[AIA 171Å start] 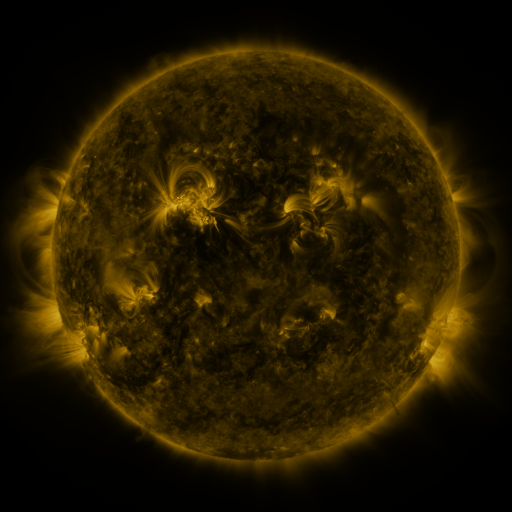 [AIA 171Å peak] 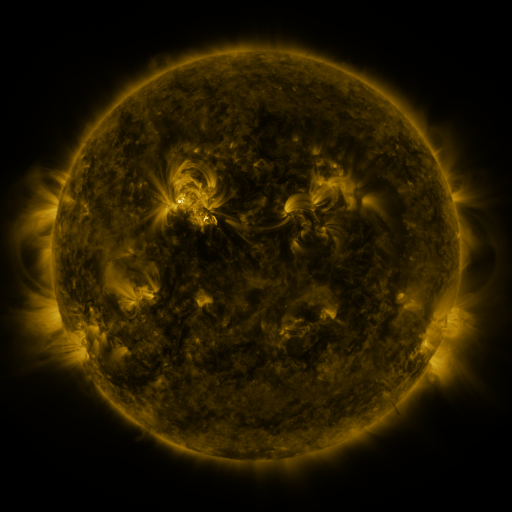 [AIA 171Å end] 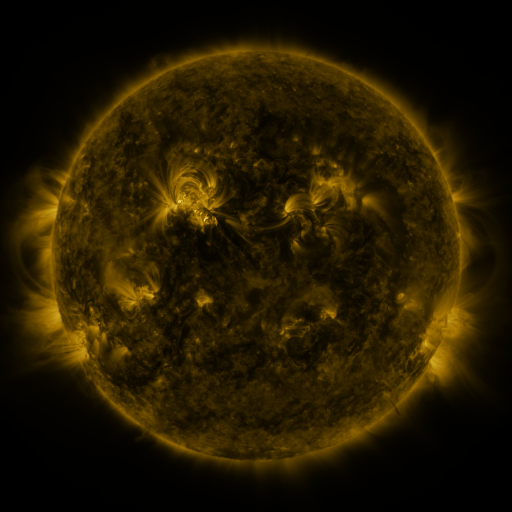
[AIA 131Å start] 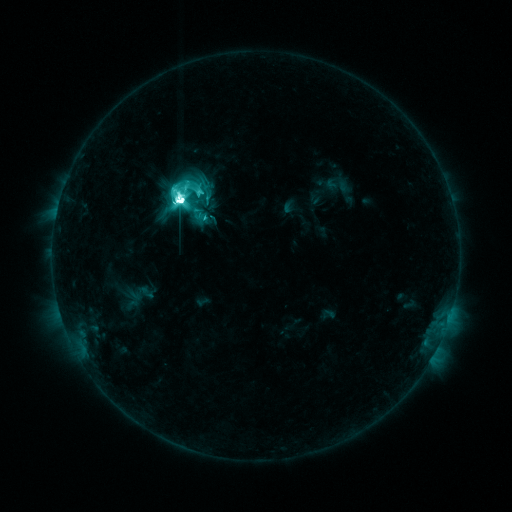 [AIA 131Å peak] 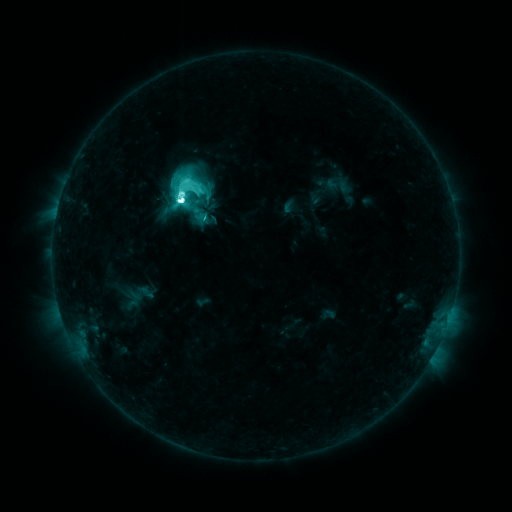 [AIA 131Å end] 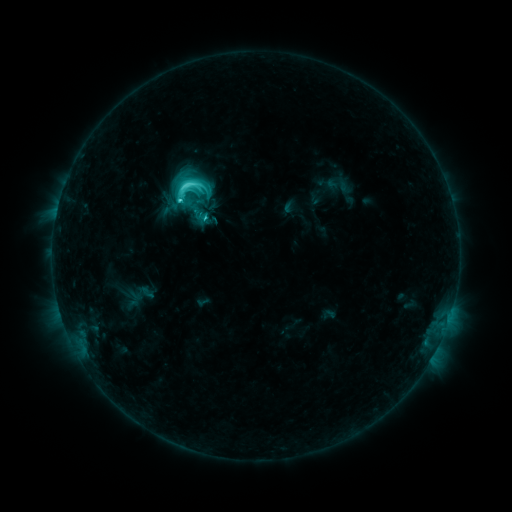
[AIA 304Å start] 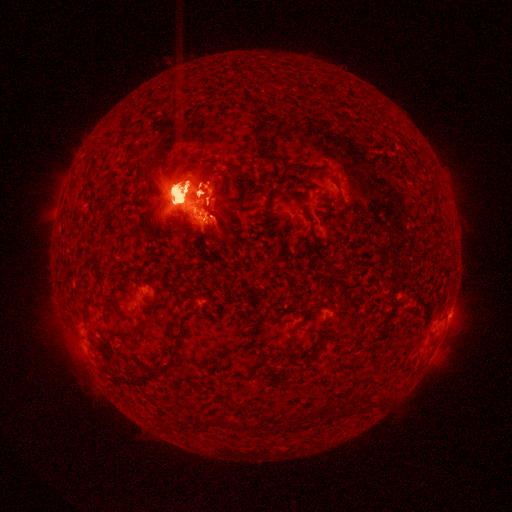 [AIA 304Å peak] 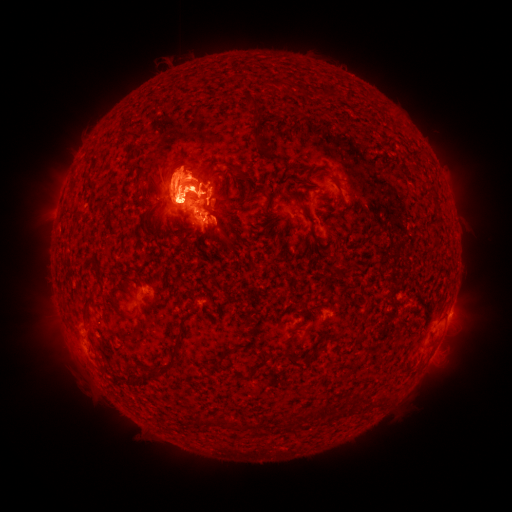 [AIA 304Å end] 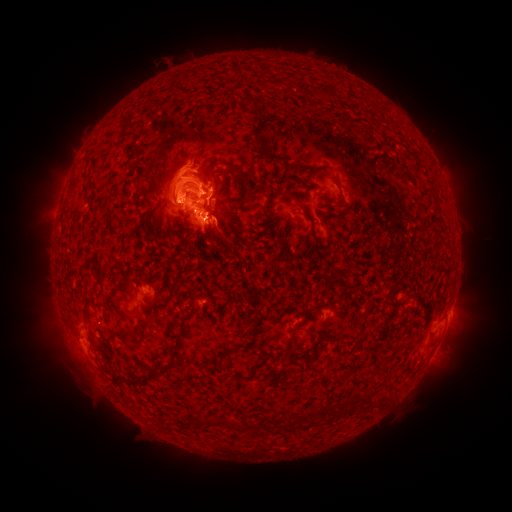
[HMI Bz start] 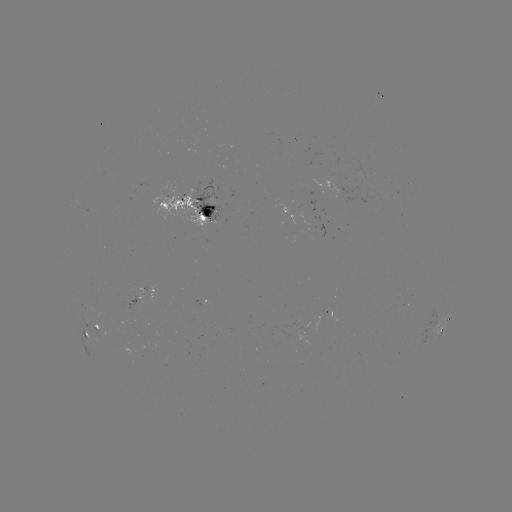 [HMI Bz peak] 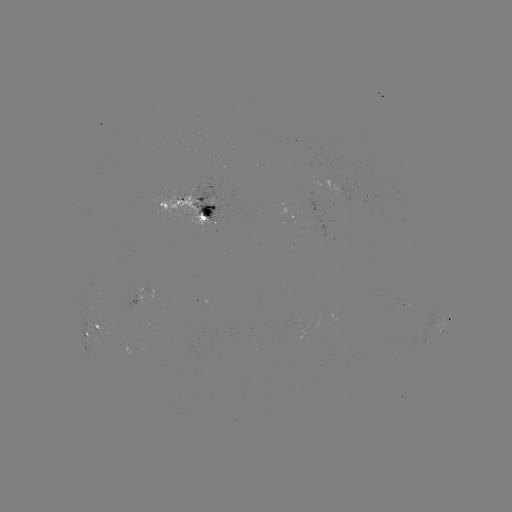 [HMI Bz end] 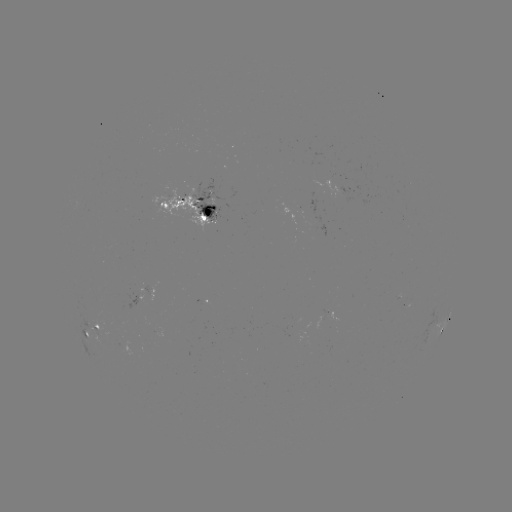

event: eruption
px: (64, 346)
